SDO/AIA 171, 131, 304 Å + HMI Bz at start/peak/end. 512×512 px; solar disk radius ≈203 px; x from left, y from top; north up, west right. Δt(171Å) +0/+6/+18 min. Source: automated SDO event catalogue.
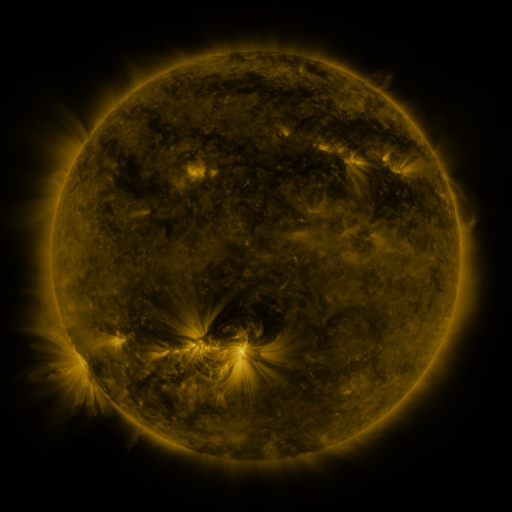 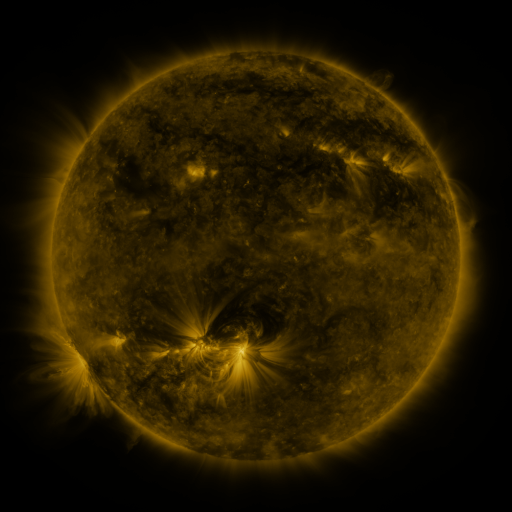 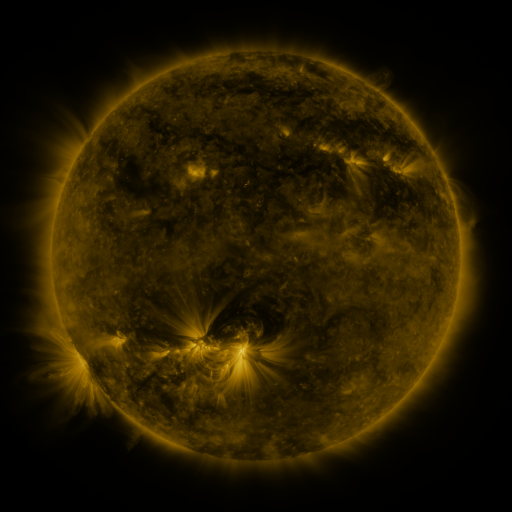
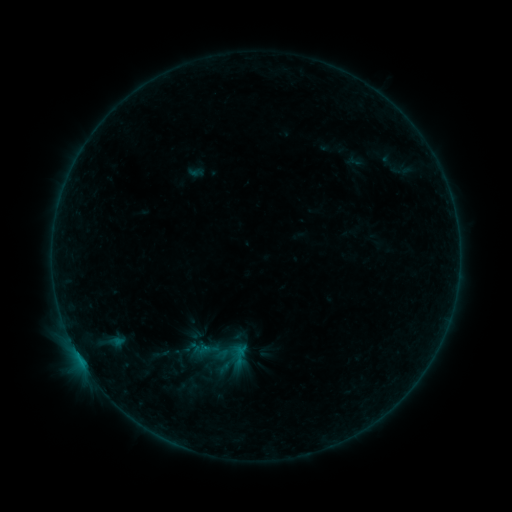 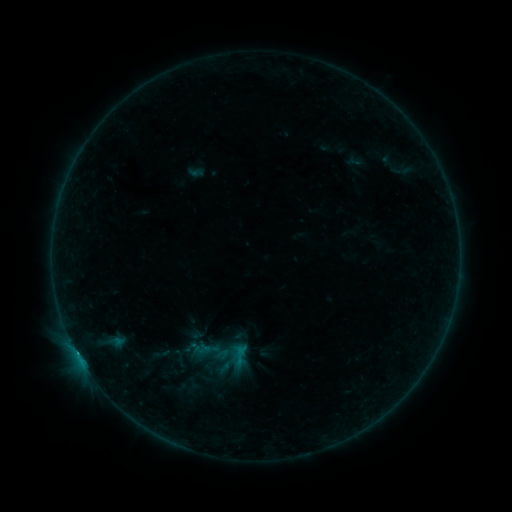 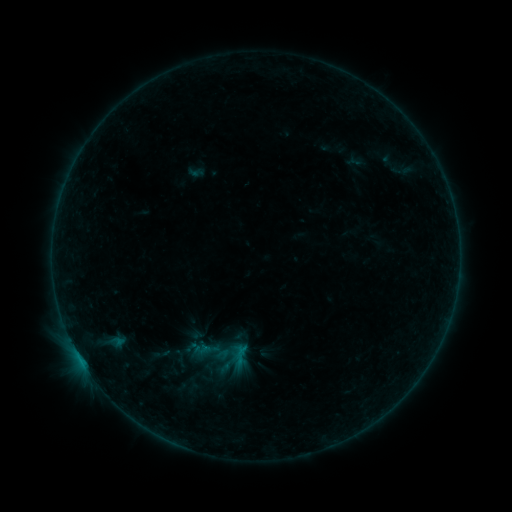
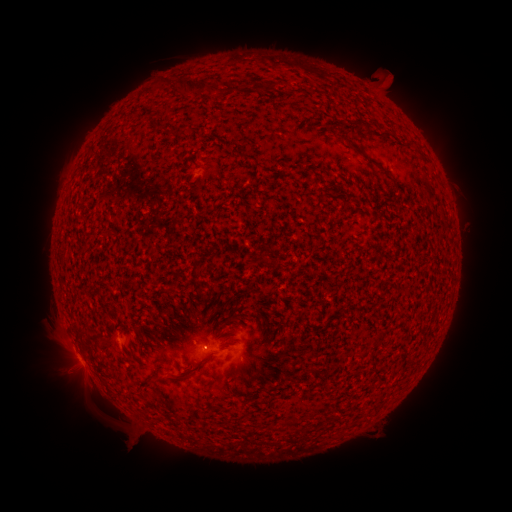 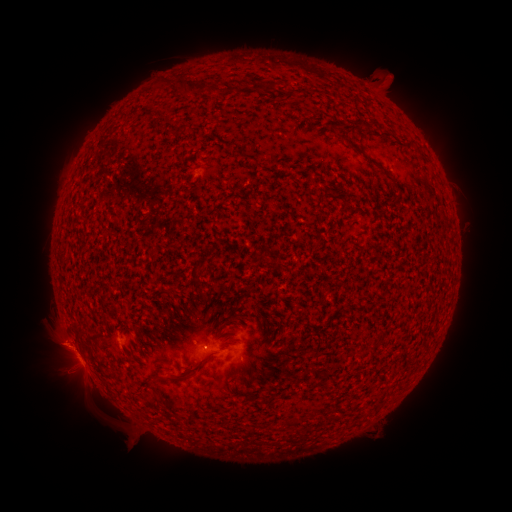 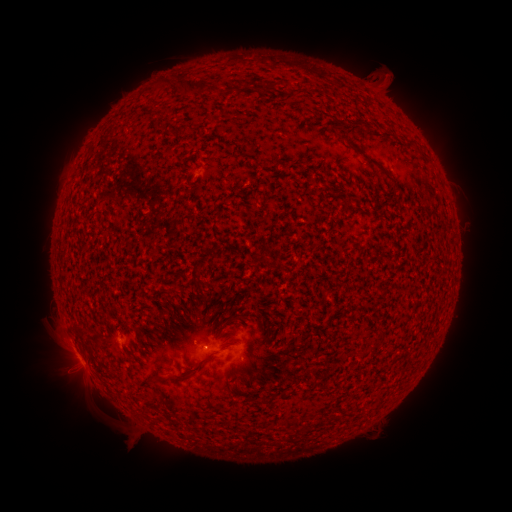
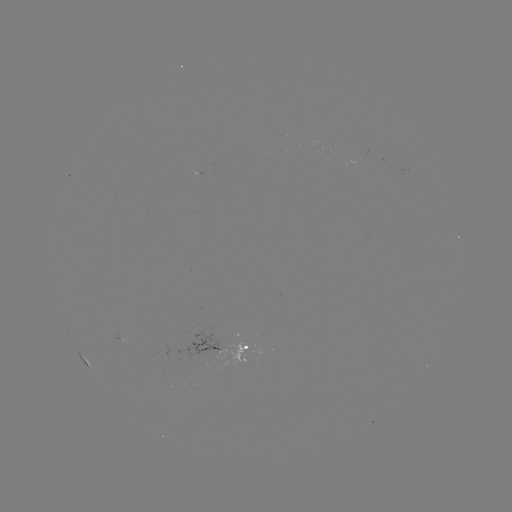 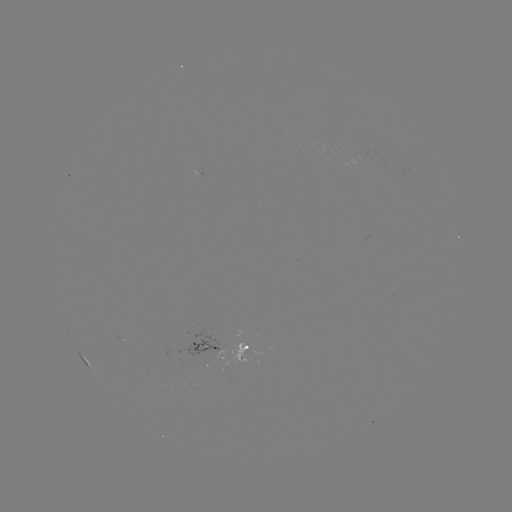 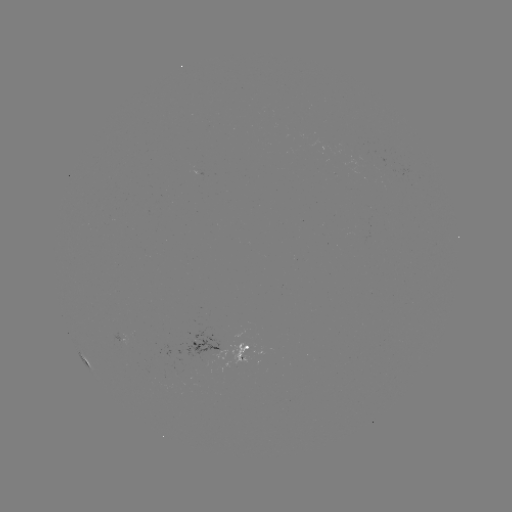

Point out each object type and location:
eruption: (57, 345)
